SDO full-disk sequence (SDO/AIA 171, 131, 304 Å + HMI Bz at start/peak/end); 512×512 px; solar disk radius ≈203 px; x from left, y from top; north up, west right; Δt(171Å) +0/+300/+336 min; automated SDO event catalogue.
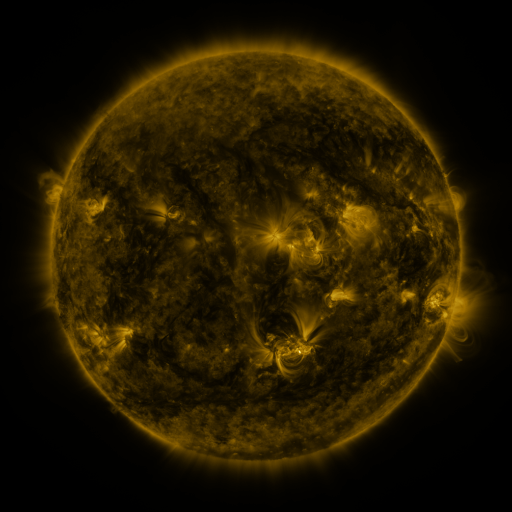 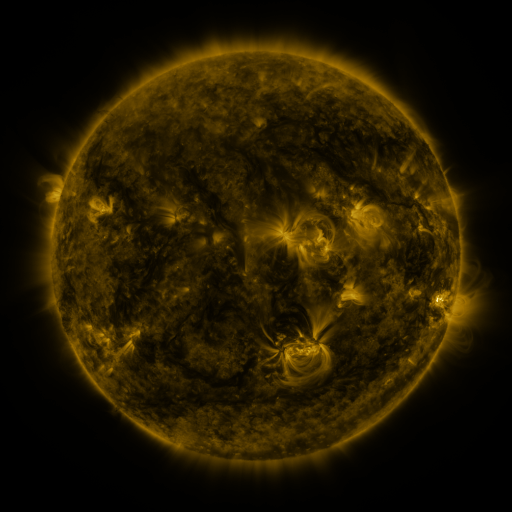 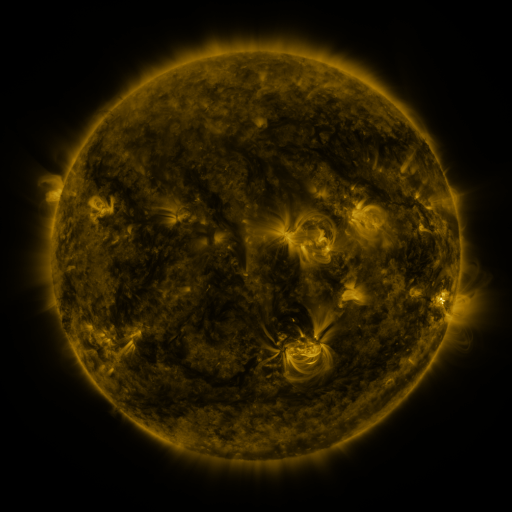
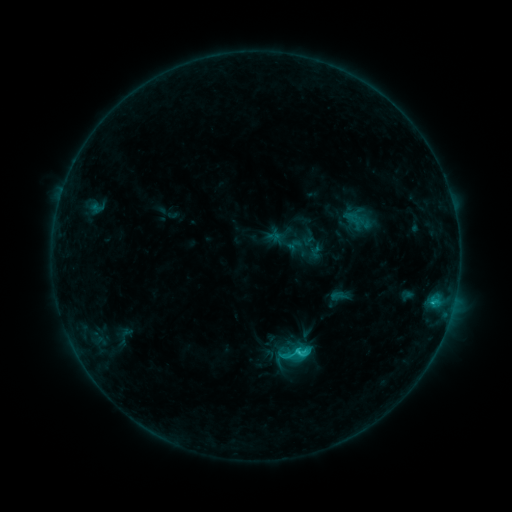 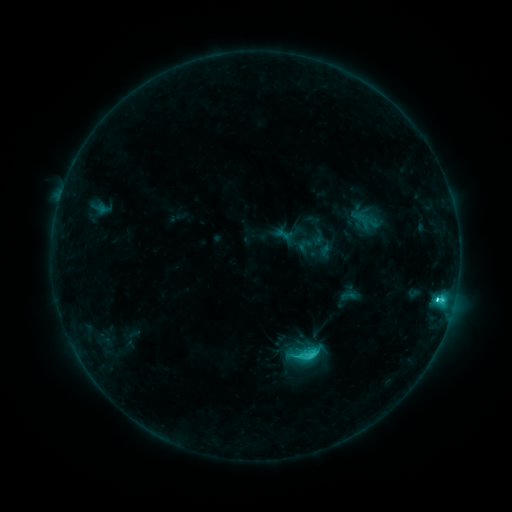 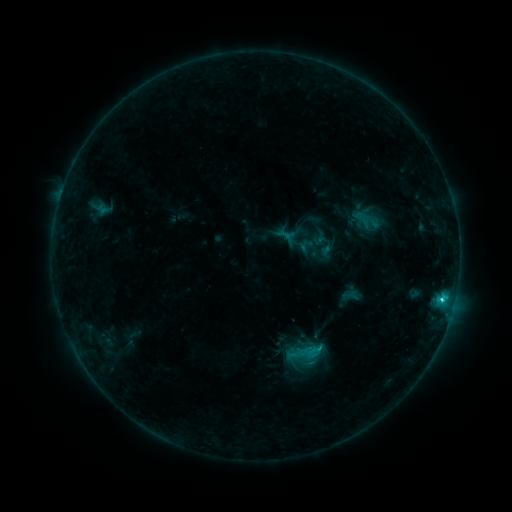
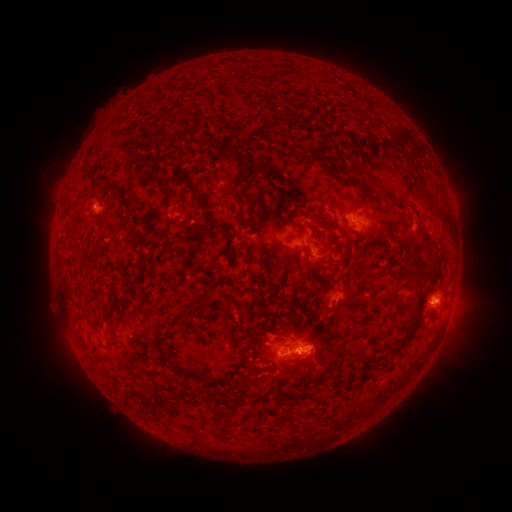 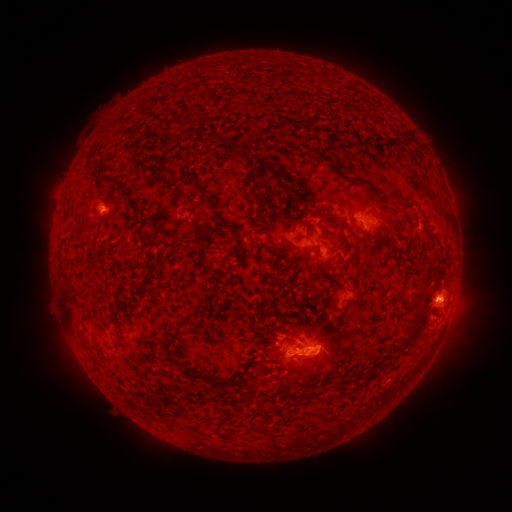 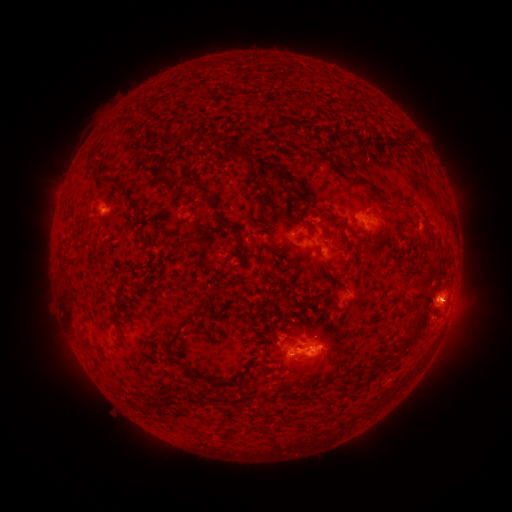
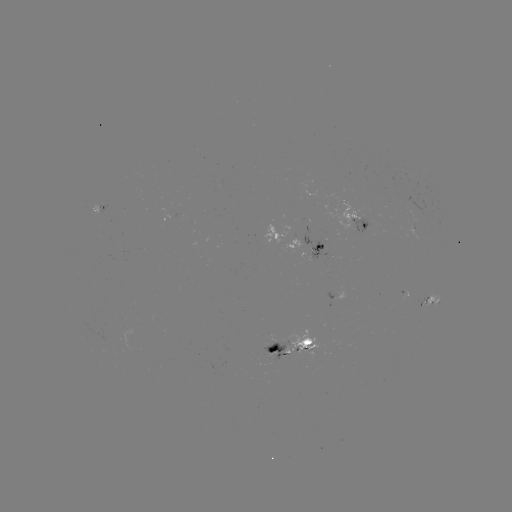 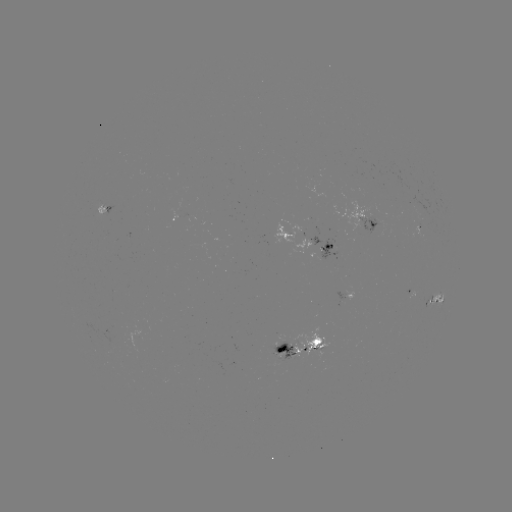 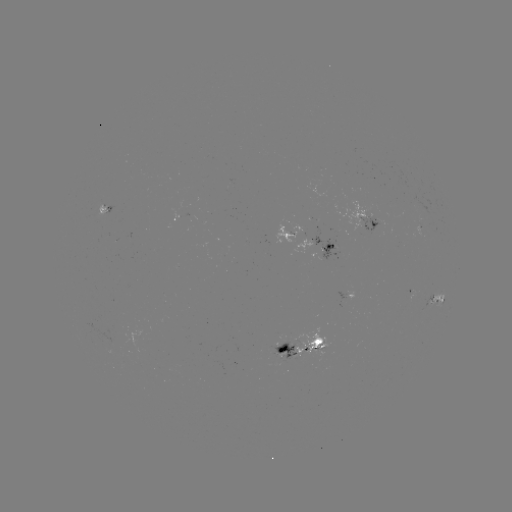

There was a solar emerging-flux region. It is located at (282, 352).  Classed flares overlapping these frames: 6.